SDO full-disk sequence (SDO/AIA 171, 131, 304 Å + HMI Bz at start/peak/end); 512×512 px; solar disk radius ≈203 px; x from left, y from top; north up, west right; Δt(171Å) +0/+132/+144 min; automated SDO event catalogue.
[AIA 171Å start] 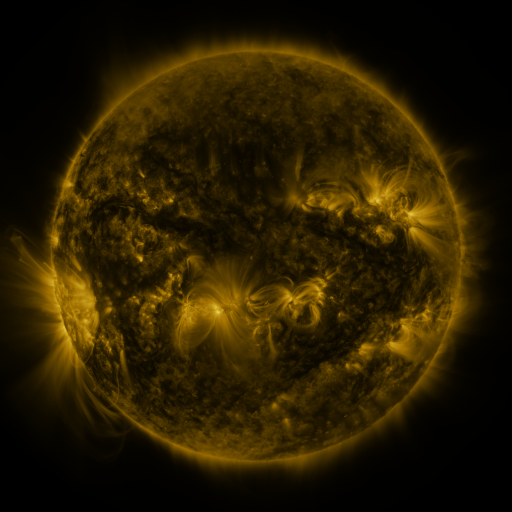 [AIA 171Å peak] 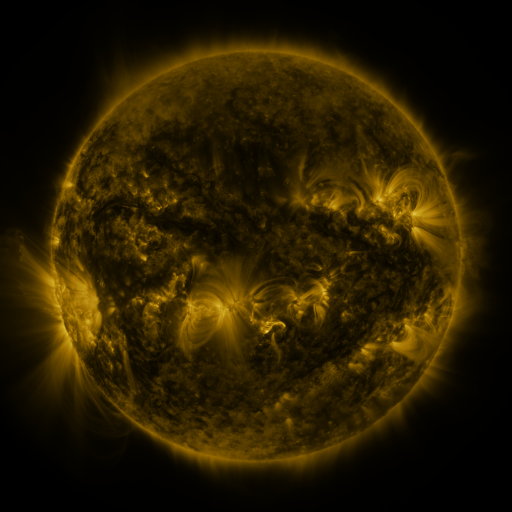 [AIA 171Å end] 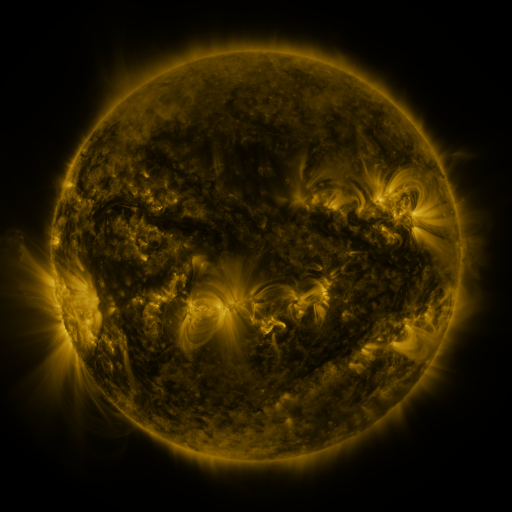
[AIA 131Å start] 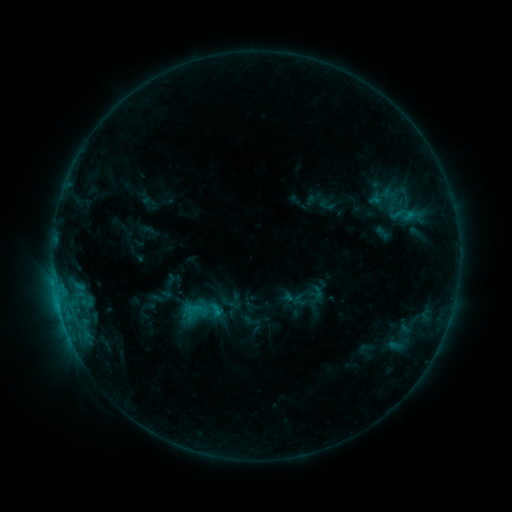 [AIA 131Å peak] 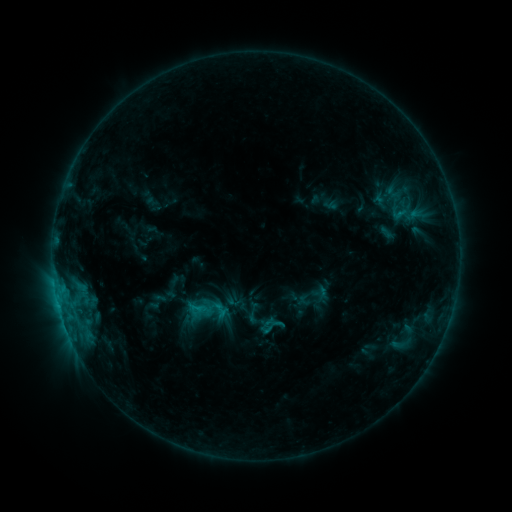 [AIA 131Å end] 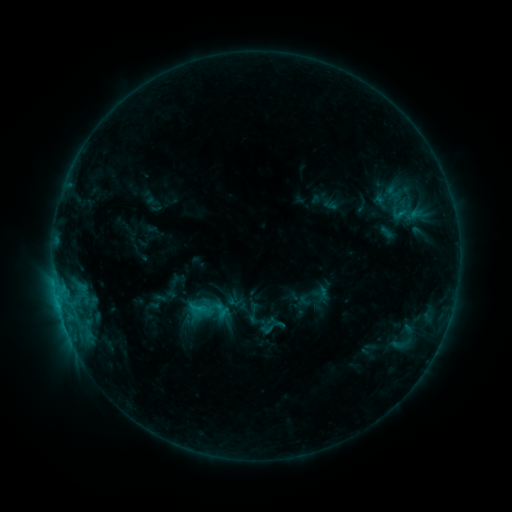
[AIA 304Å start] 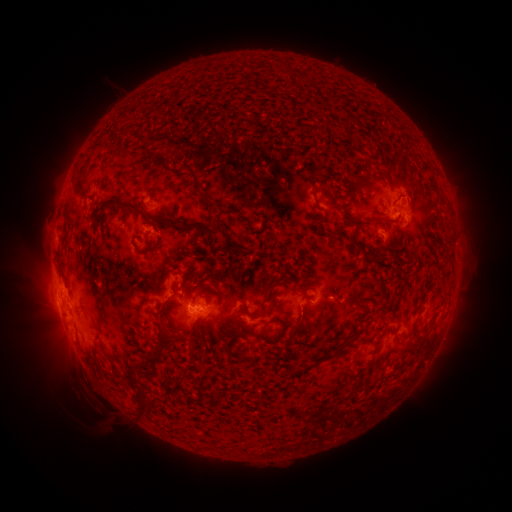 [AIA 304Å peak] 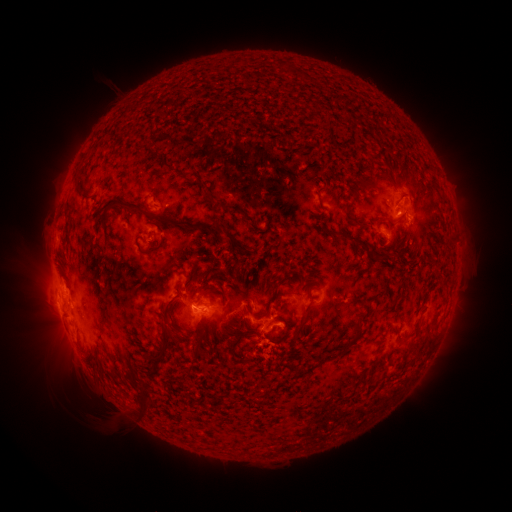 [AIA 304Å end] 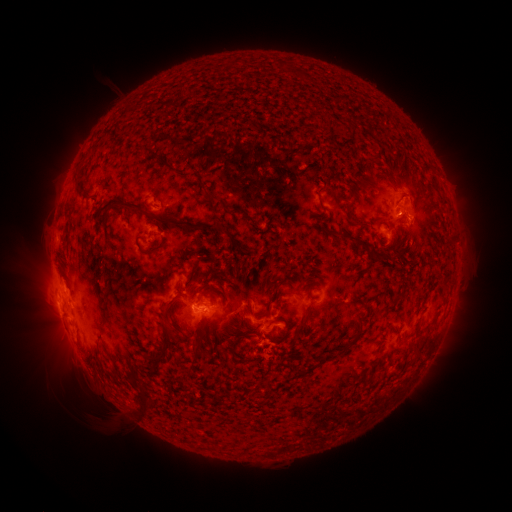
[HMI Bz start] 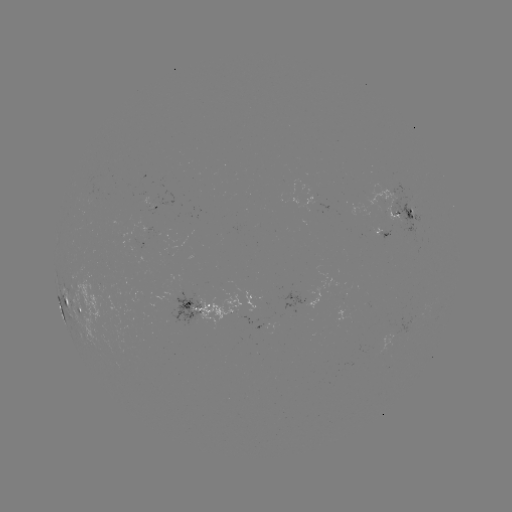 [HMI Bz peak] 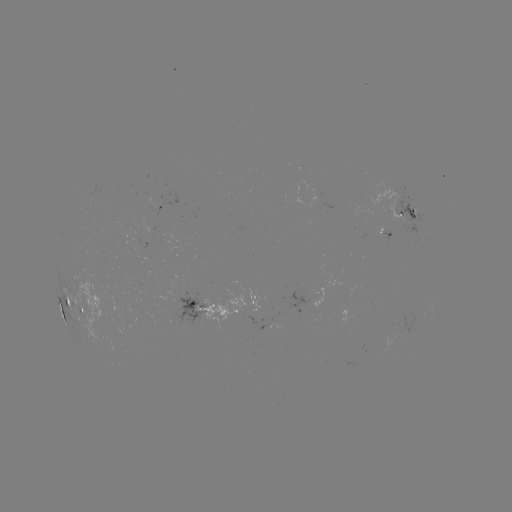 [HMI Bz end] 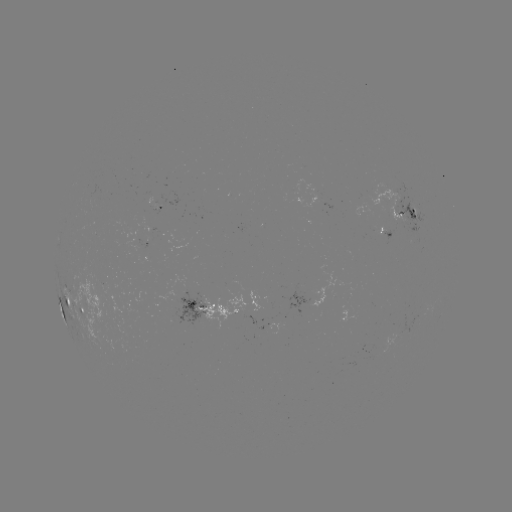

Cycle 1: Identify emerging-flux region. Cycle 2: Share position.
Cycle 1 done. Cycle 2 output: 151,204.